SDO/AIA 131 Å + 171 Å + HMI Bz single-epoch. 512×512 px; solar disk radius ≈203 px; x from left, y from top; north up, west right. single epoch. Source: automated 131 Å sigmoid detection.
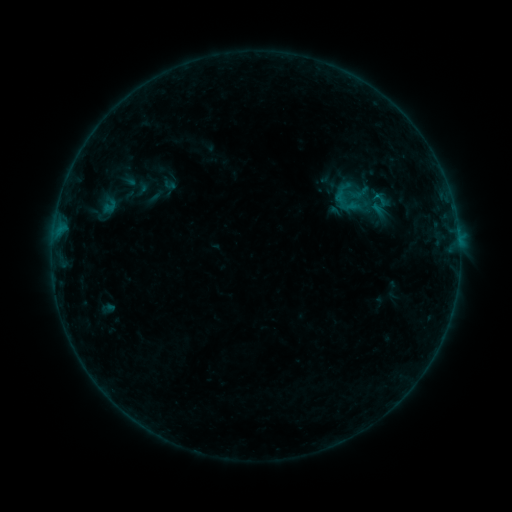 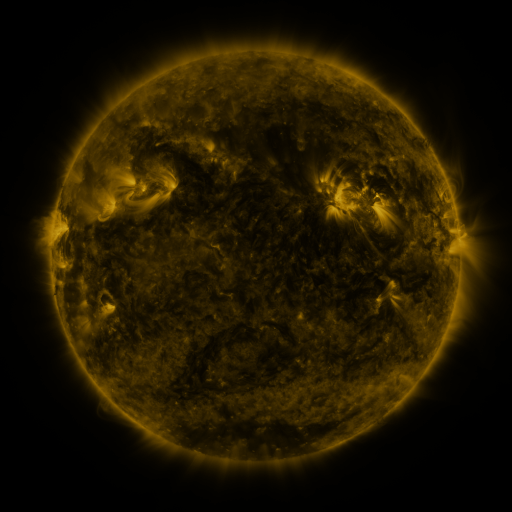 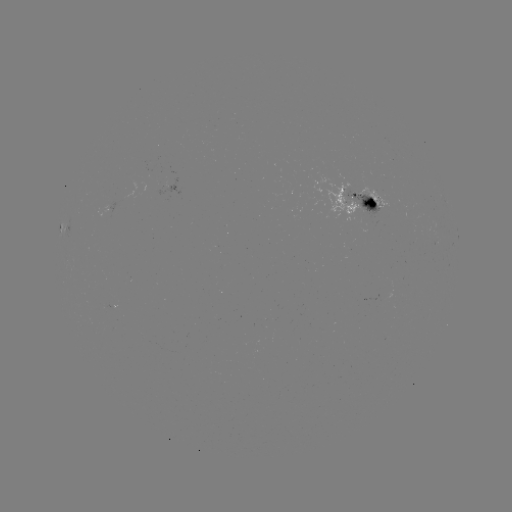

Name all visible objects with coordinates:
sigmoid: (110, 206)
